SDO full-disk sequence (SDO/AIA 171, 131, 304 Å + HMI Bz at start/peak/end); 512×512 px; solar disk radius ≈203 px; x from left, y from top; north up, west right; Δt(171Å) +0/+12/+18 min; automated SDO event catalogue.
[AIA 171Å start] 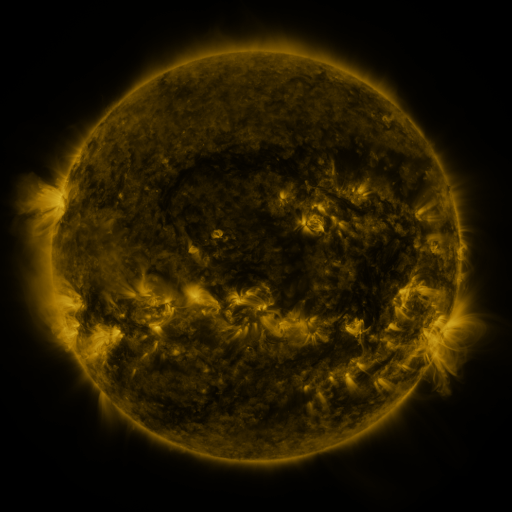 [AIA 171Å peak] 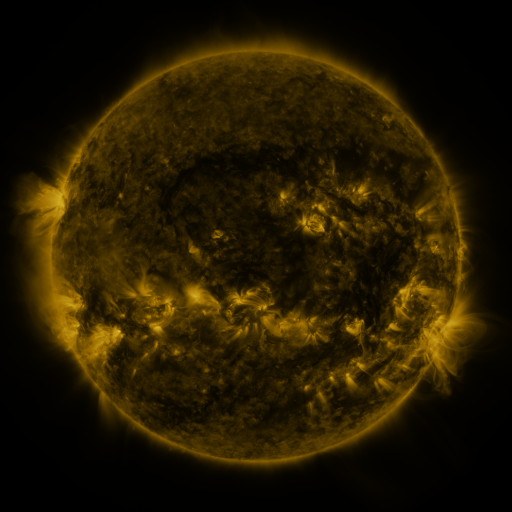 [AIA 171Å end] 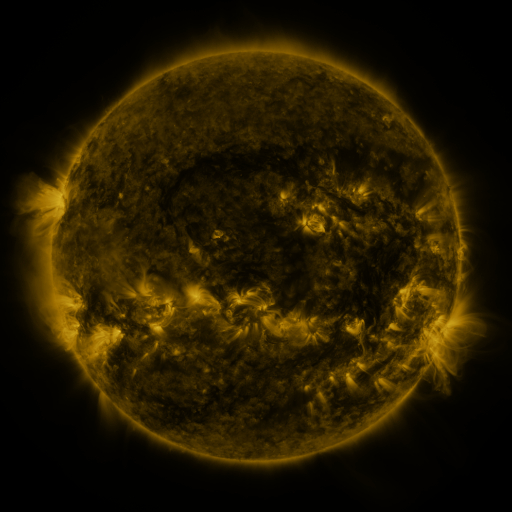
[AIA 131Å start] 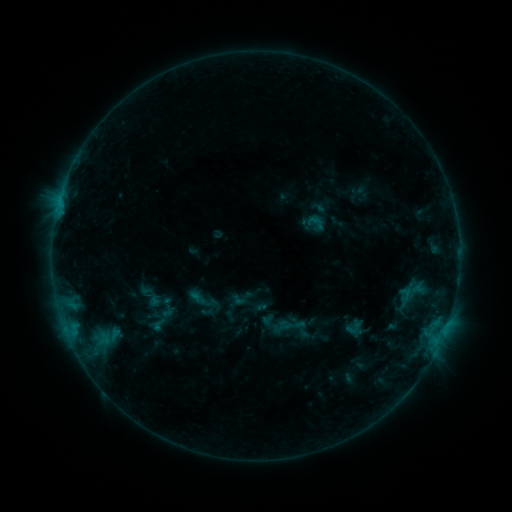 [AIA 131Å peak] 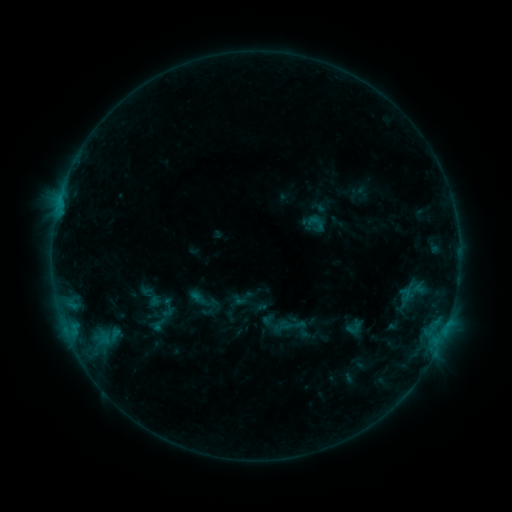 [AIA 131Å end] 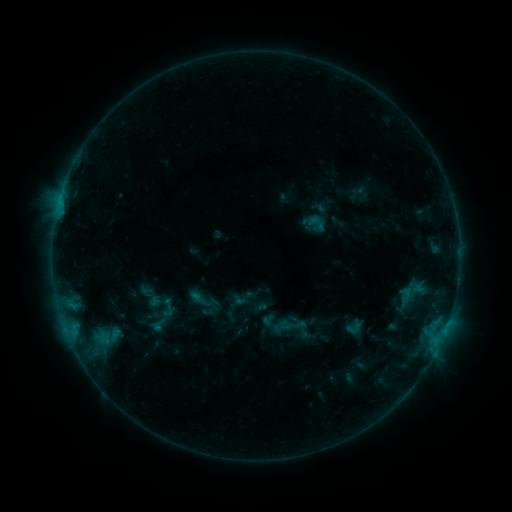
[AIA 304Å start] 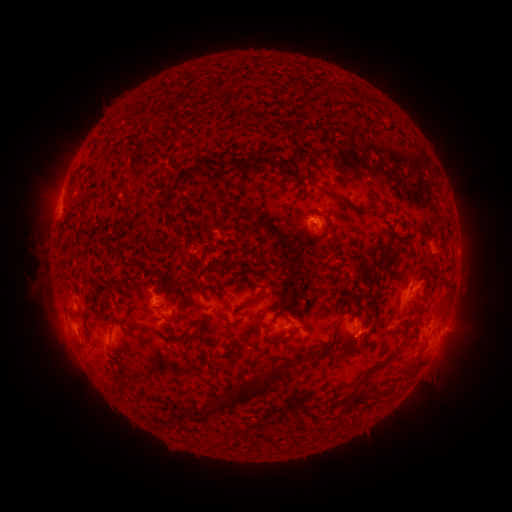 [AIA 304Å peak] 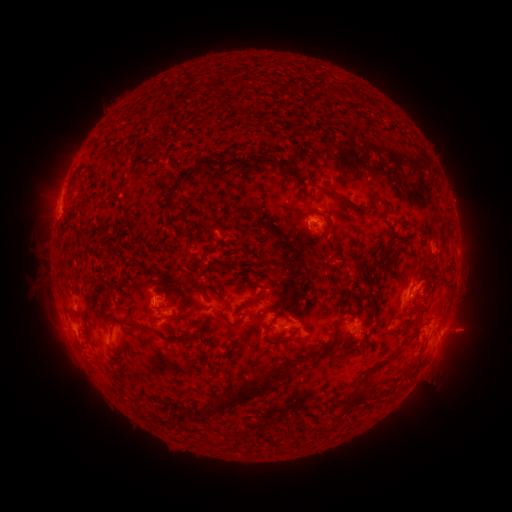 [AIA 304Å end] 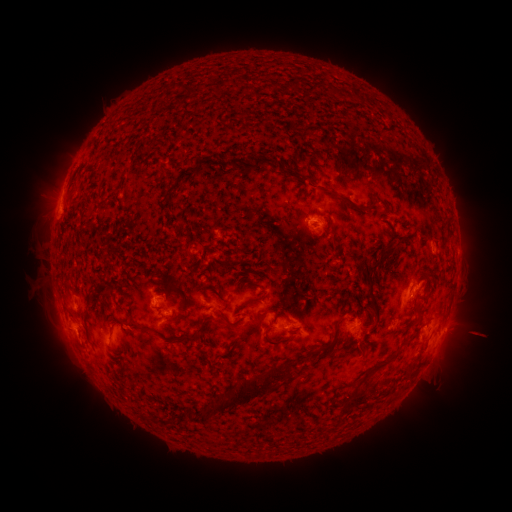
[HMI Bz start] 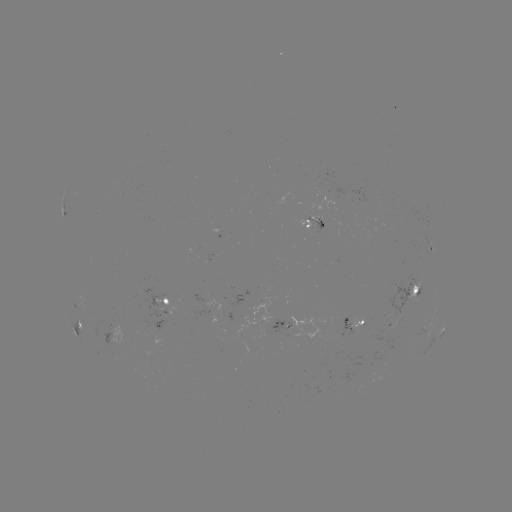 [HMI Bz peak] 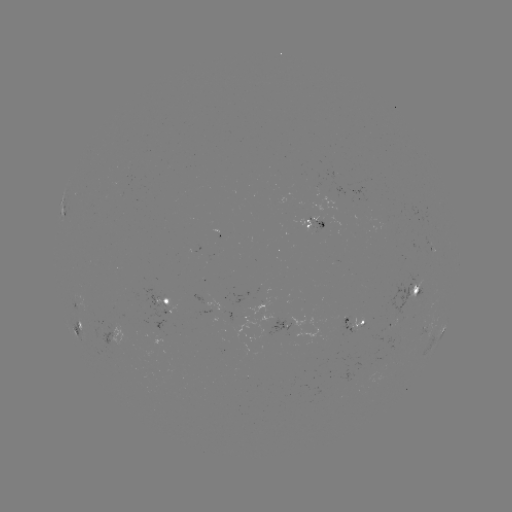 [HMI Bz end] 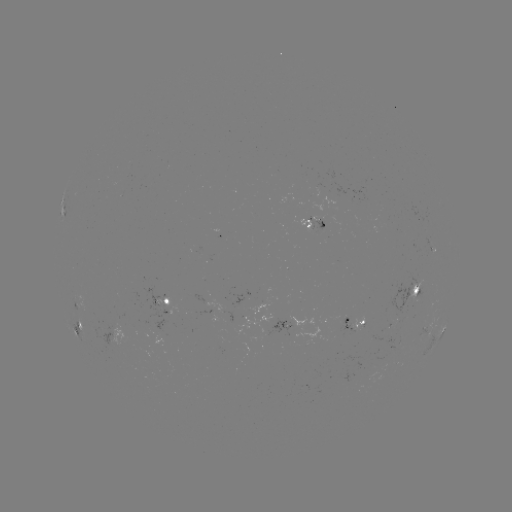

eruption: [438, 305, 502, 359]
